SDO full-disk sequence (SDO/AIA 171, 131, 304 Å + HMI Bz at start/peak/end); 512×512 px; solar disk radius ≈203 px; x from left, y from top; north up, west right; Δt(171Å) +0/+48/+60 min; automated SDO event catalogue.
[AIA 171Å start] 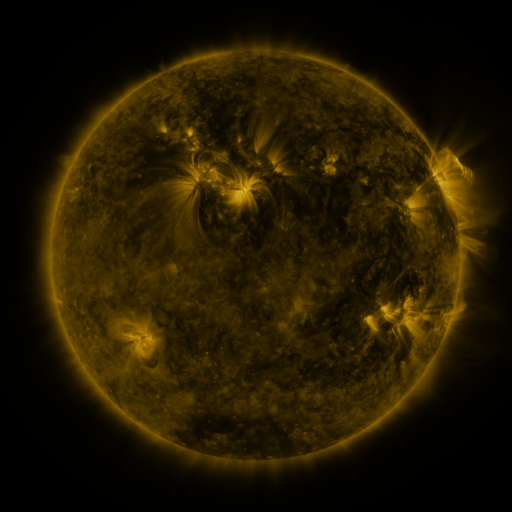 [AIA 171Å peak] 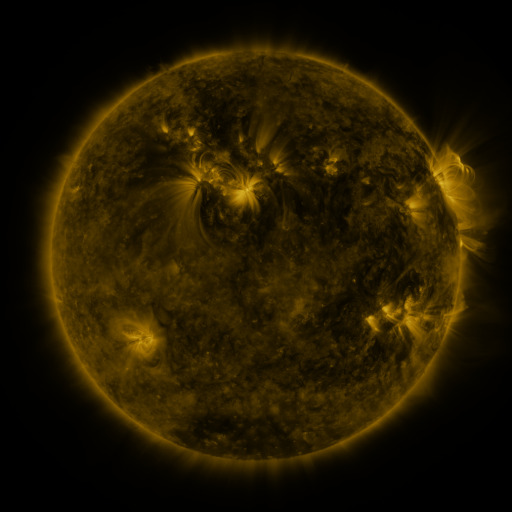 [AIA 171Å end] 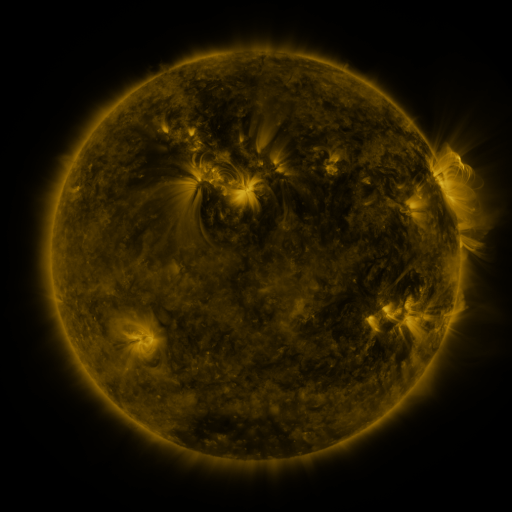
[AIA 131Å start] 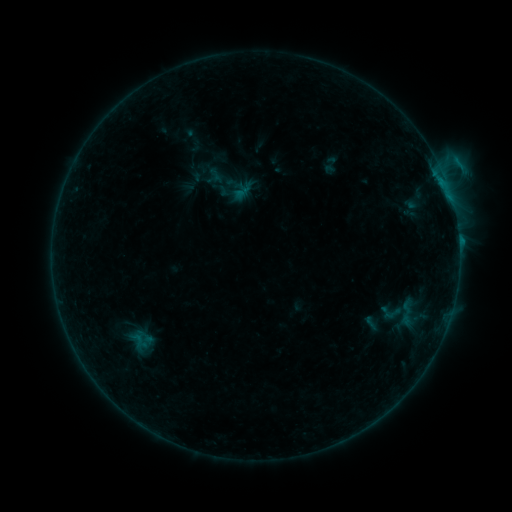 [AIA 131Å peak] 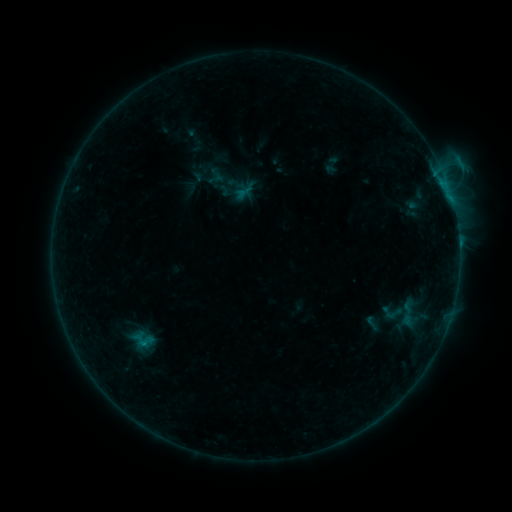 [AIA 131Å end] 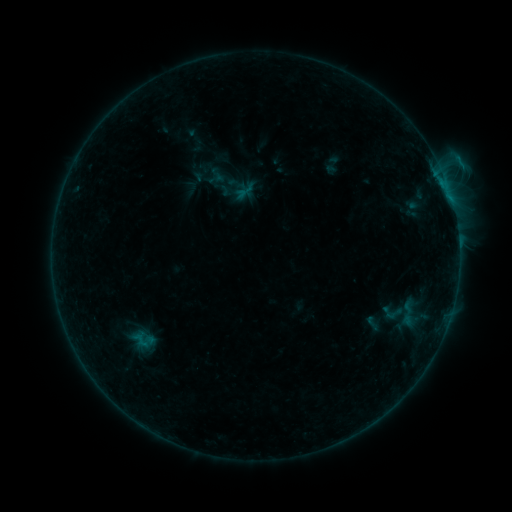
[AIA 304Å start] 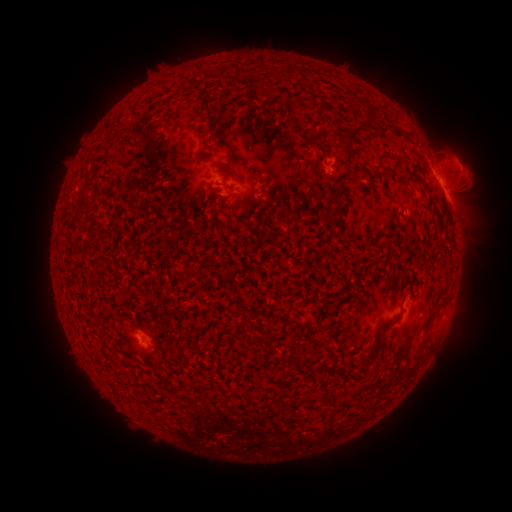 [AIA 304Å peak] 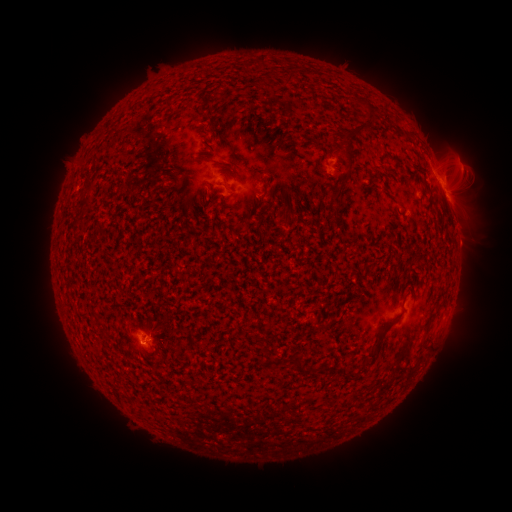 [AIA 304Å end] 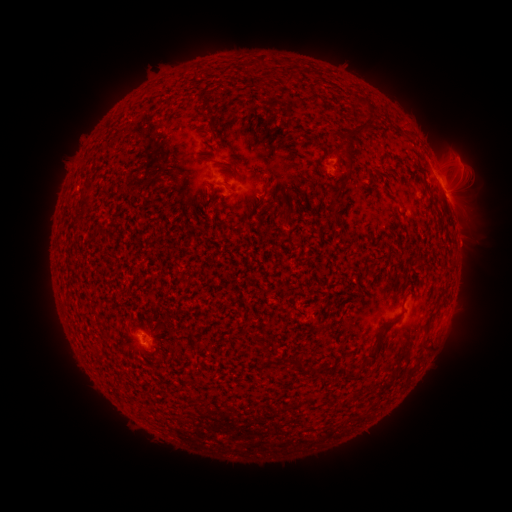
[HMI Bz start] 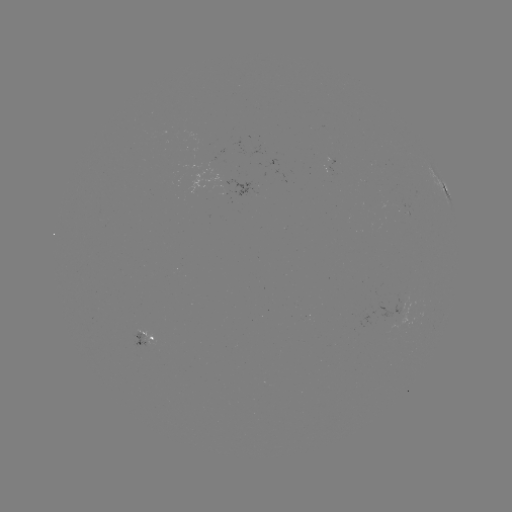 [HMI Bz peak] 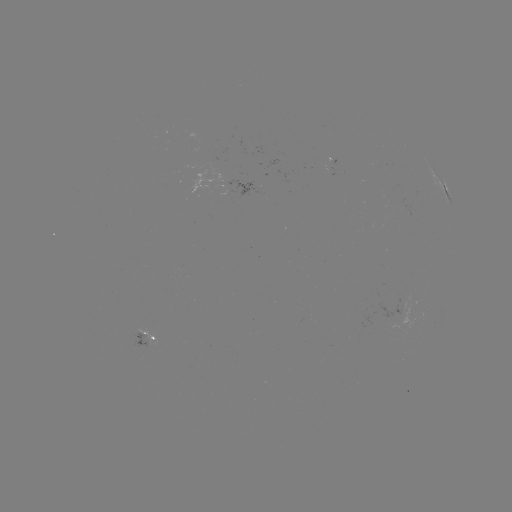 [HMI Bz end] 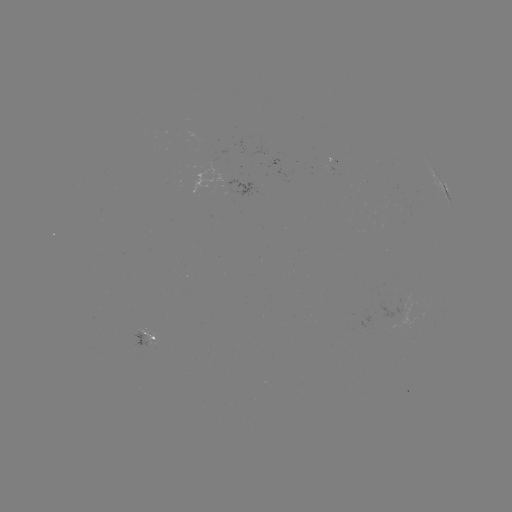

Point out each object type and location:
emerging-flux region: (397, 317)
